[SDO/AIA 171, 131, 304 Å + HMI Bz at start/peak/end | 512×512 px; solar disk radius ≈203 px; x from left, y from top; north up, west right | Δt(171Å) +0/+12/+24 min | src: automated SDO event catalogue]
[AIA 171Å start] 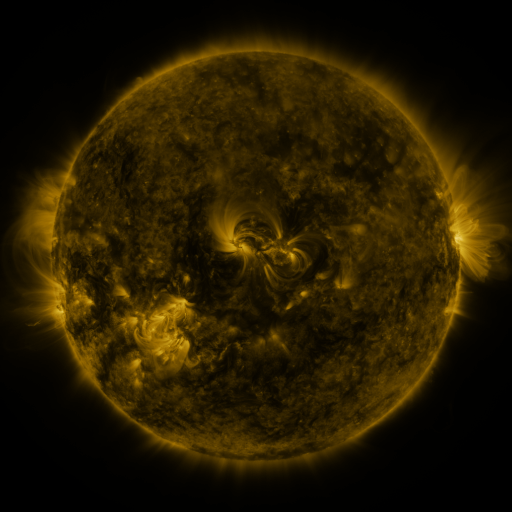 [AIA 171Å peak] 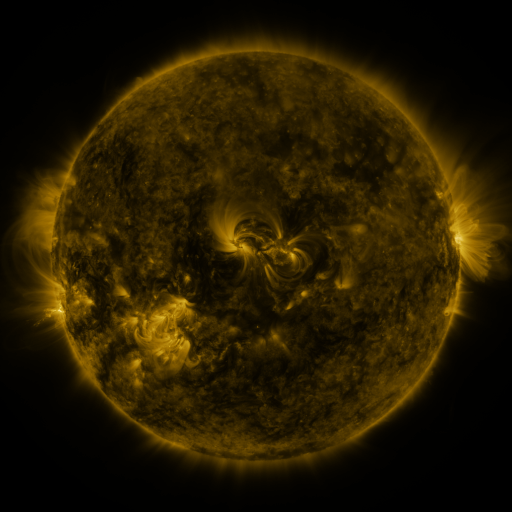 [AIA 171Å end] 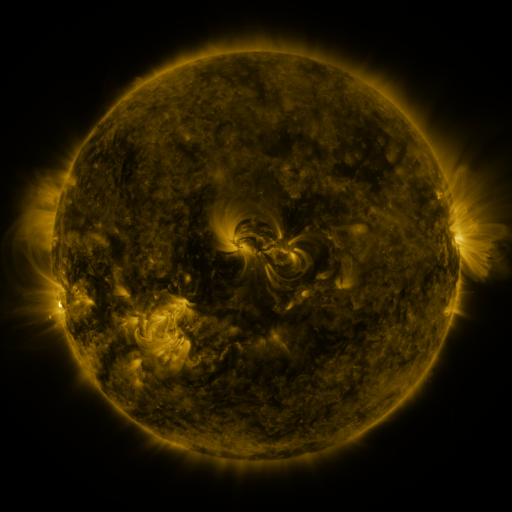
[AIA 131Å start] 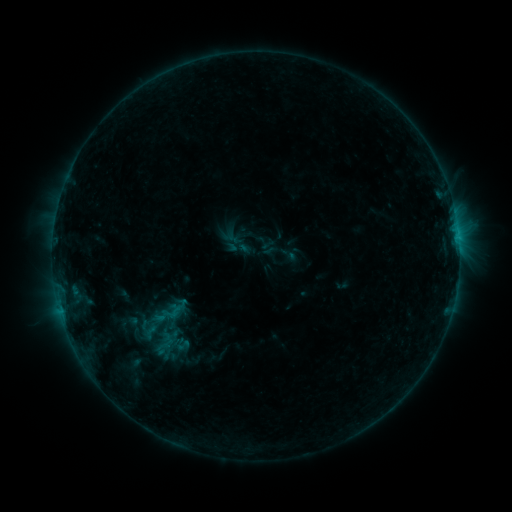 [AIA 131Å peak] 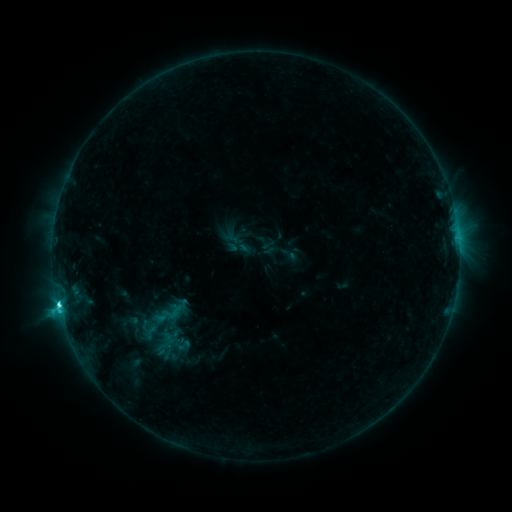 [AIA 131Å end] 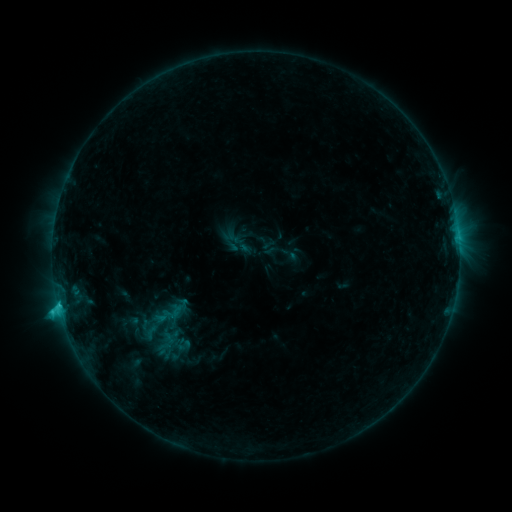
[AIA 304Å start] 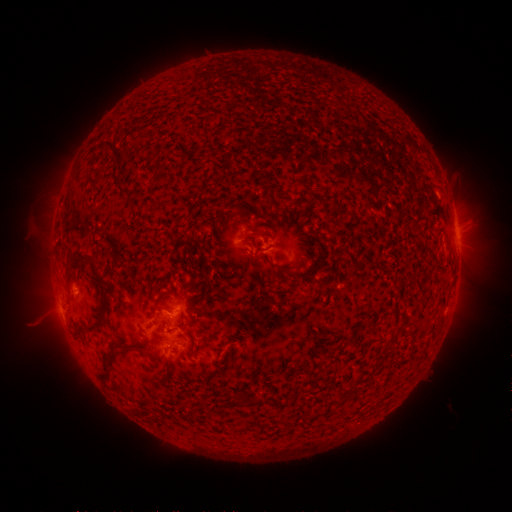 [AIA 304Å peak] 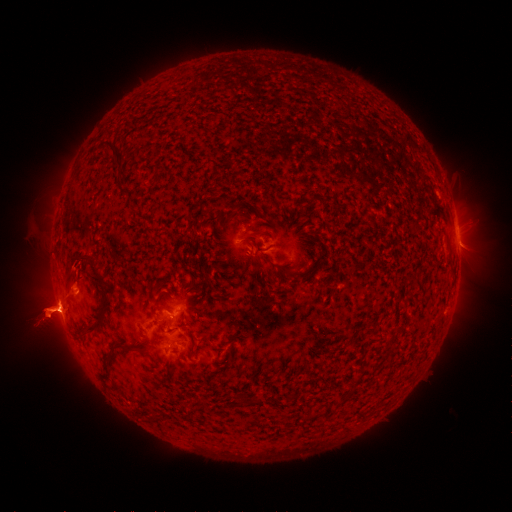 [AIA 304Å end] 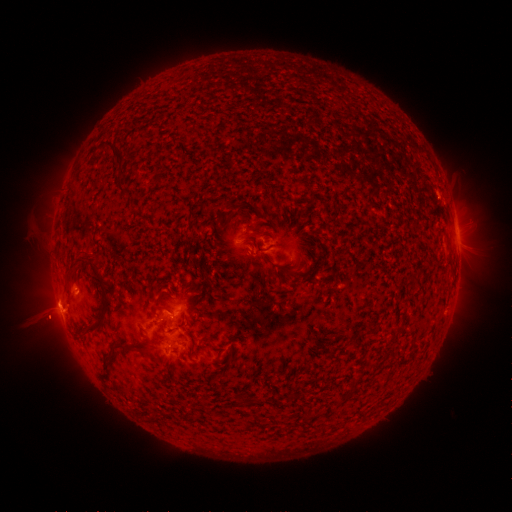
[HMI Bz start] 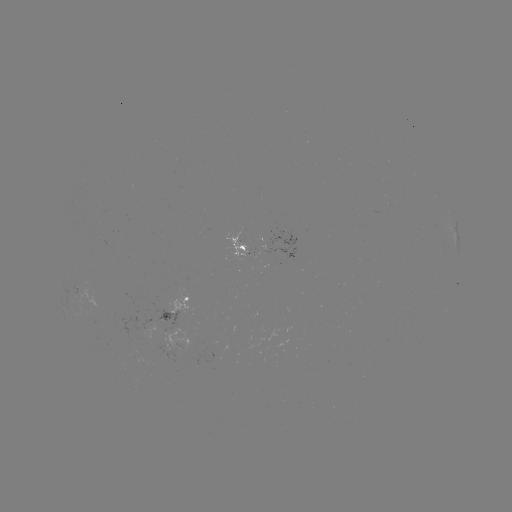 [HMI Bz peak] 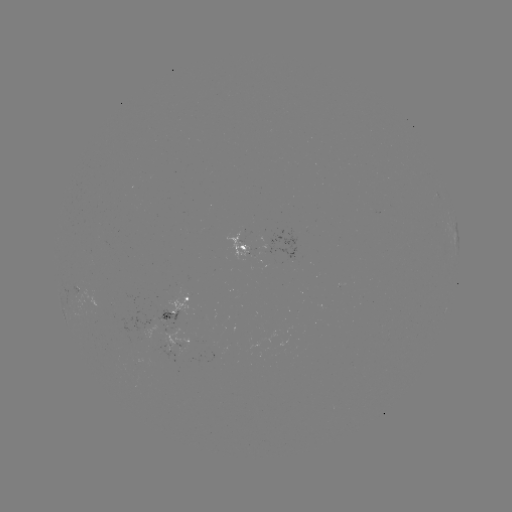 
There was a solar flare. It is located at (59, 303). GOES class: C2.7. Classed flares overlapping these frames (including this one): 1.